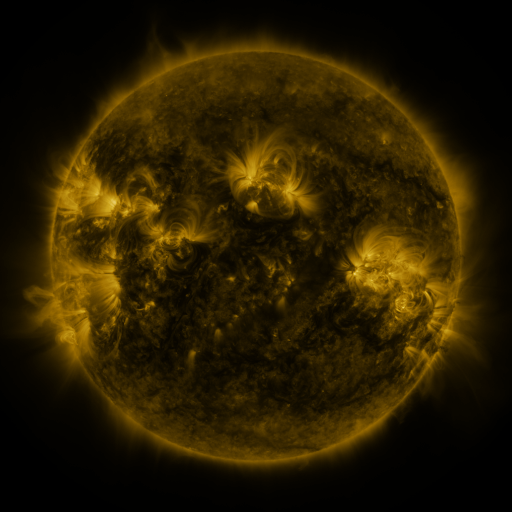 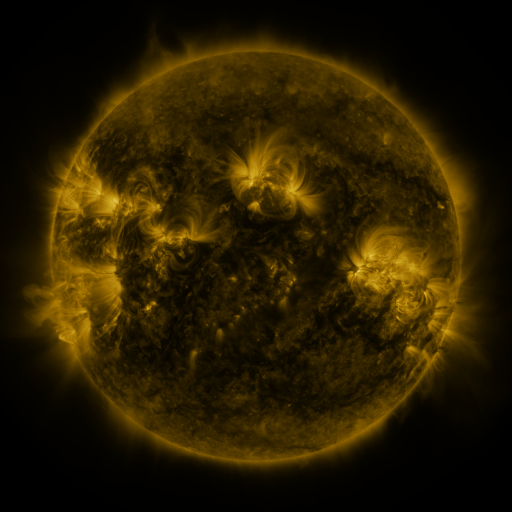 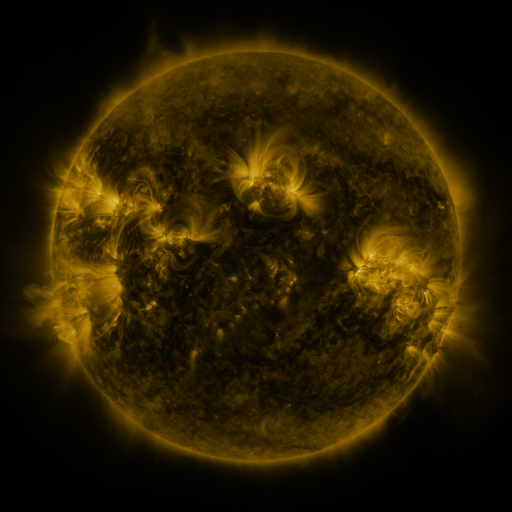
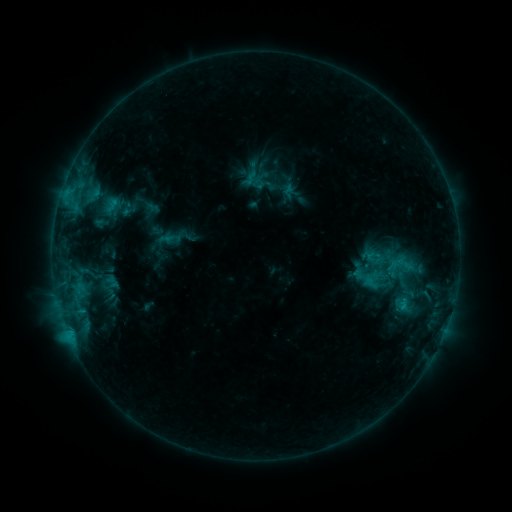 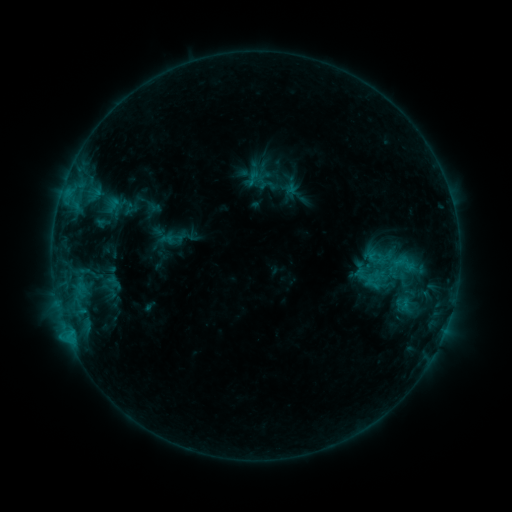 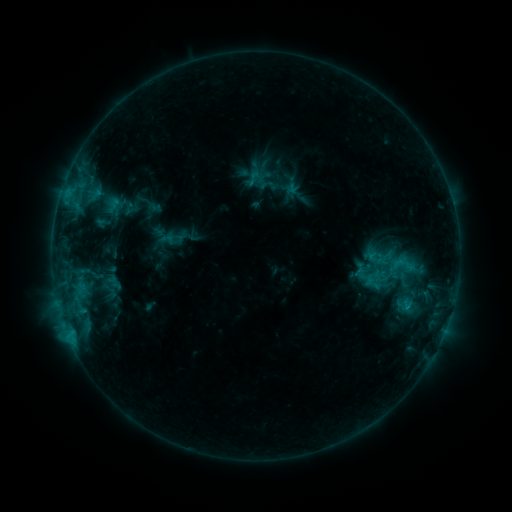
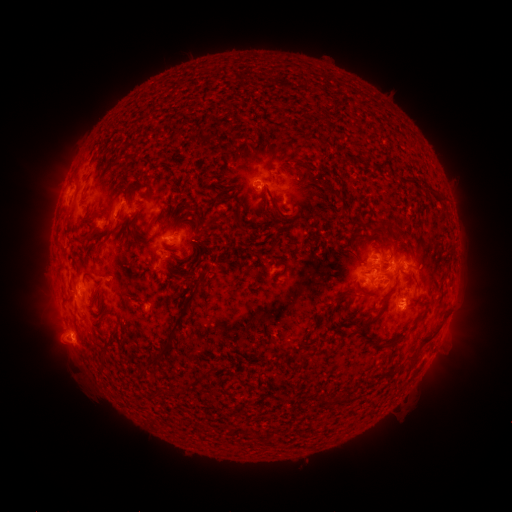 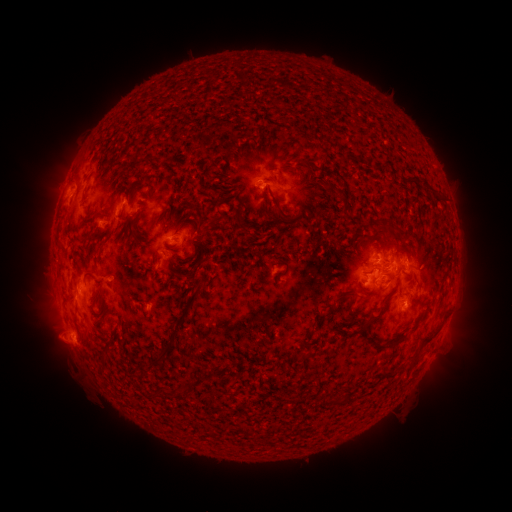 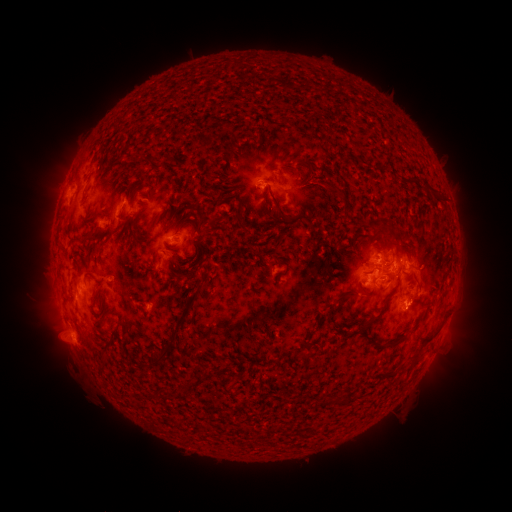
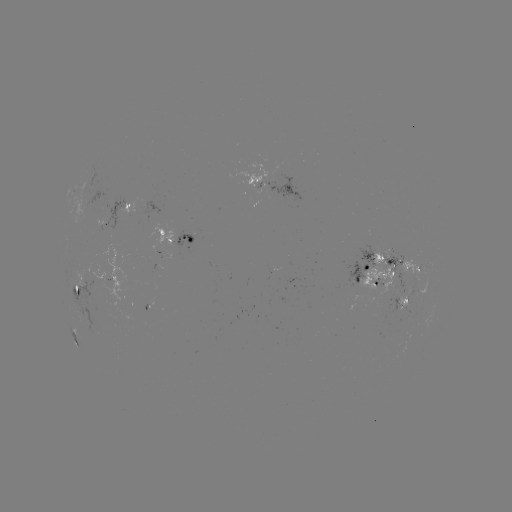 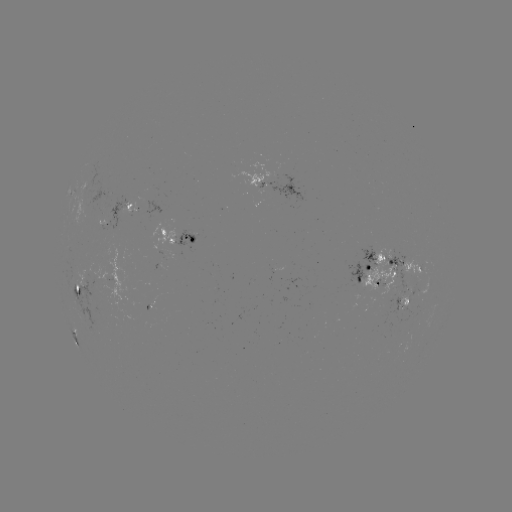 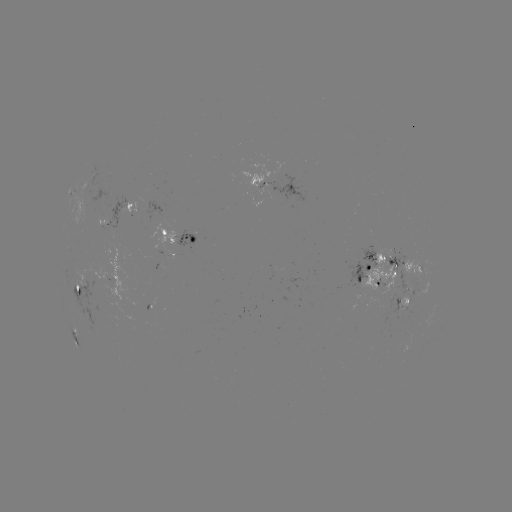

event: emerging-flux region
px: (388, 275)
